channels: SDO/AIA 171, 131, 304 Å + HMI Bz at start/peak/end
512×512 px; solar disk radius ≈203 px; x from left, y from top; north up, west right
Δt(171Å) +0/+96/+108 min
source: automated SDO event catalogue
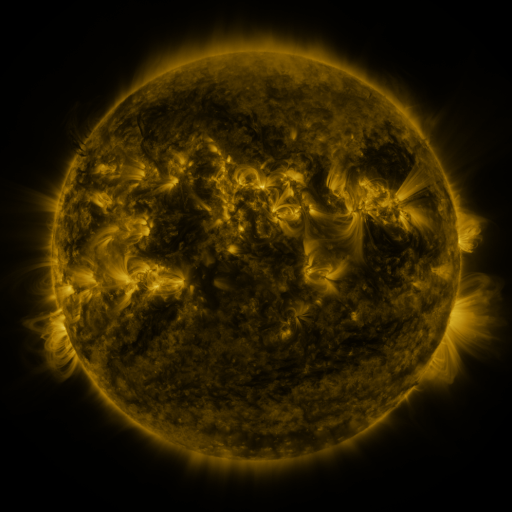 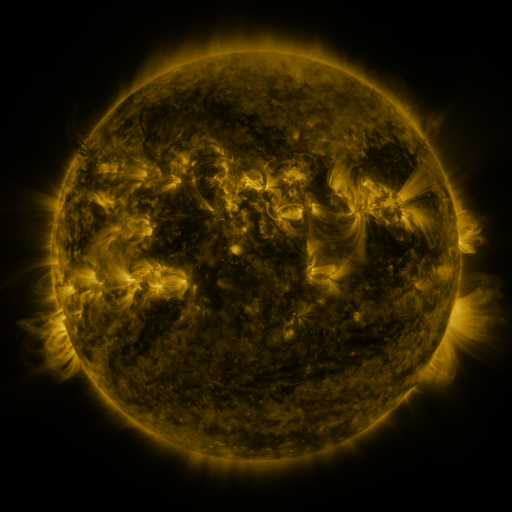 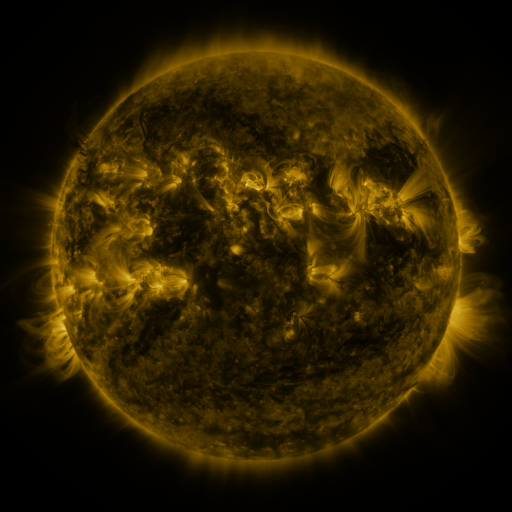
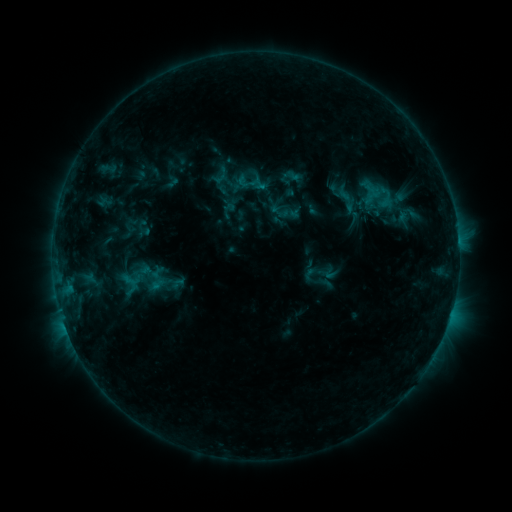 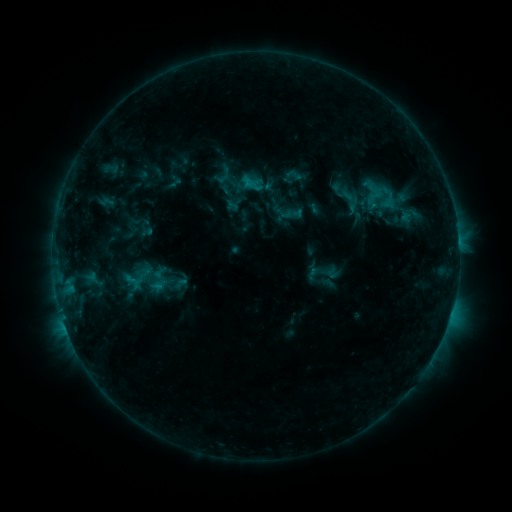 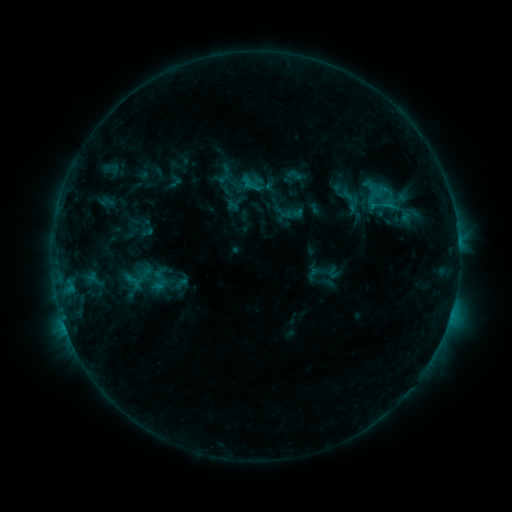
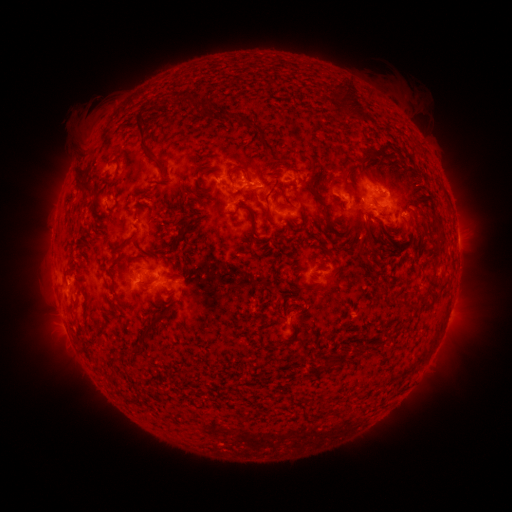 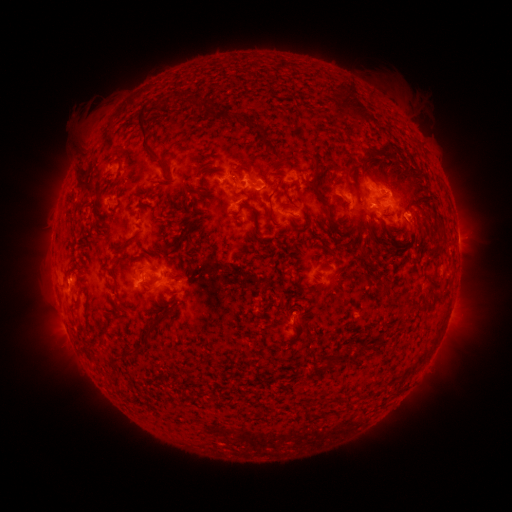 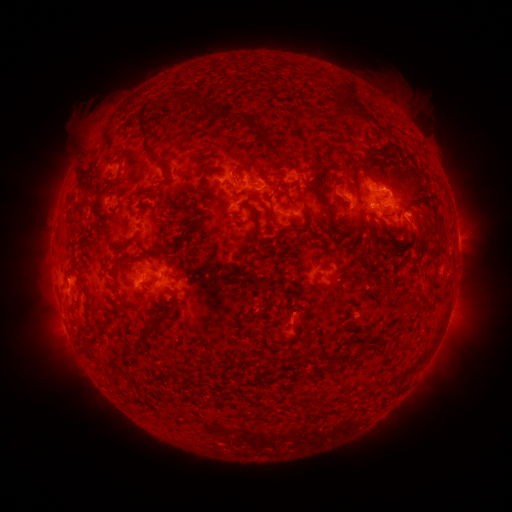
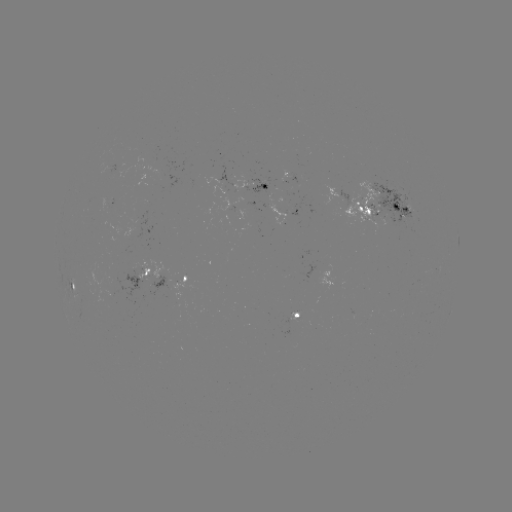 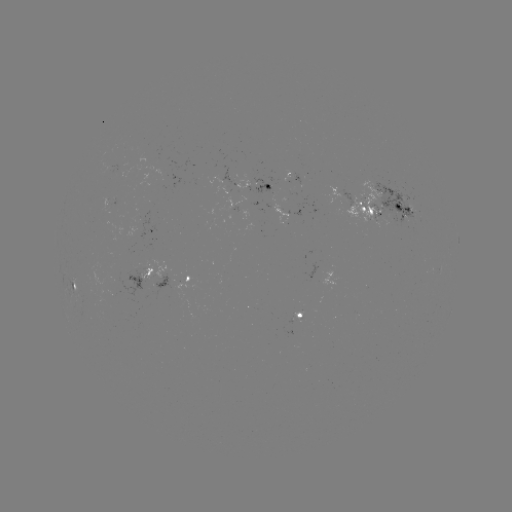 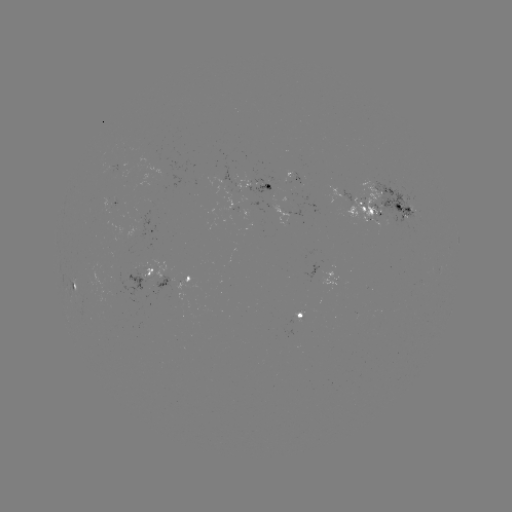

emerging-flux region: <bbox>293, 312, 303, 323</bbox>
